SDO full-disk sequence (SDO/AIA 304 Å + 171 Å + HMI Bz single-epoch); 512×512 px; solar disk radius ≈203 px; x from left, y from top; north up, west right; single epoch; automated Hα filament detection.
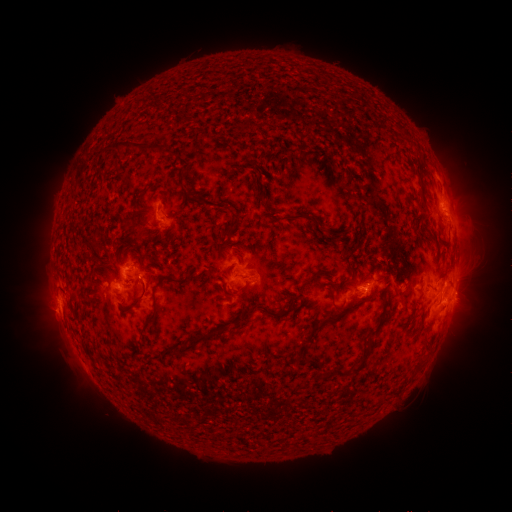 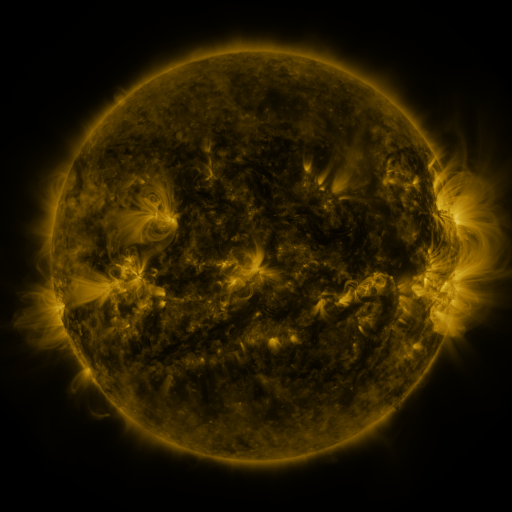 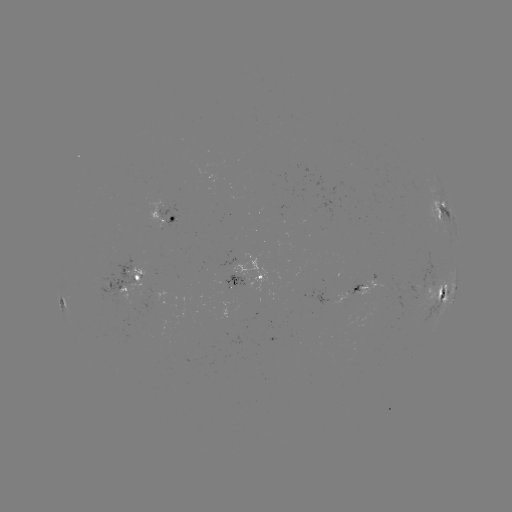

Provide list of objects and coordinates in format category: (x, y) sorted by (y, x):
filament: (130, 147)
filament: (418, 166)
filament: (420, 178)
filament: (181, 180)
filament: (260, 198)
filament: (209, 204)
filament: (299, 215)
filament: (225, 233)
filament: (313, 277)
filament: (178, 281)
filament: (441, 290)
filament: (331, 291)
filament: (241, 293)
filament: (138, 302)
filament: (342, 307)
filament: (268, 310)
filament: (242, 315)
filament: (335, 318)
filament: (147, 324)
filament: (309, 336)
filament: (198, 340)
filament: (302, 350)
filament: (348, 371)
filament: (319, 373)
